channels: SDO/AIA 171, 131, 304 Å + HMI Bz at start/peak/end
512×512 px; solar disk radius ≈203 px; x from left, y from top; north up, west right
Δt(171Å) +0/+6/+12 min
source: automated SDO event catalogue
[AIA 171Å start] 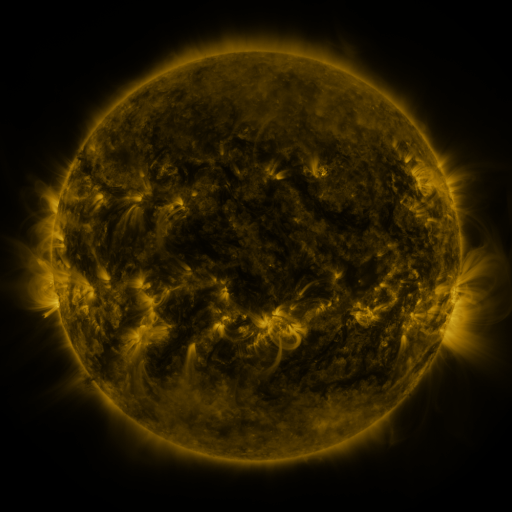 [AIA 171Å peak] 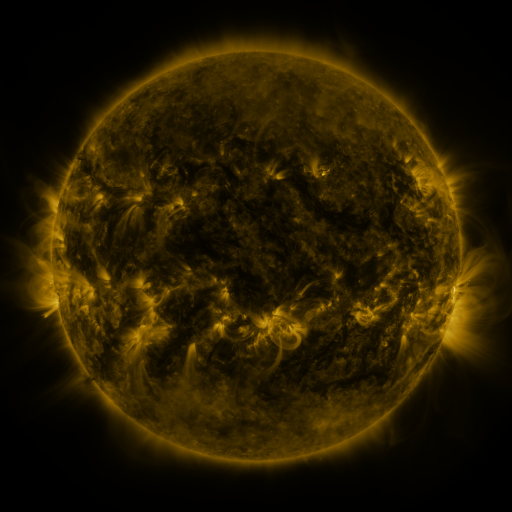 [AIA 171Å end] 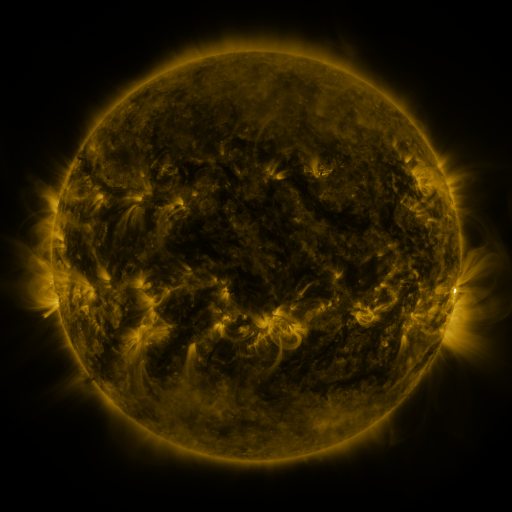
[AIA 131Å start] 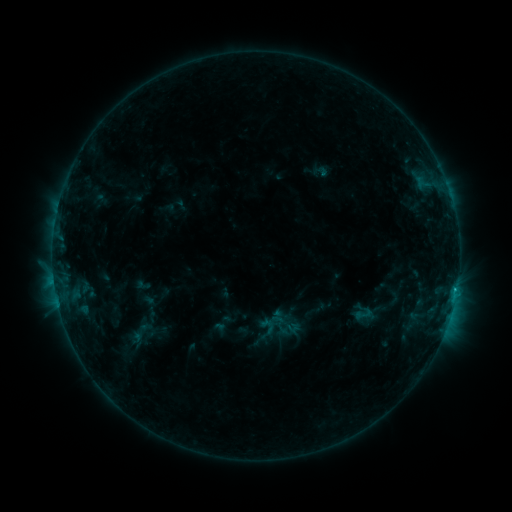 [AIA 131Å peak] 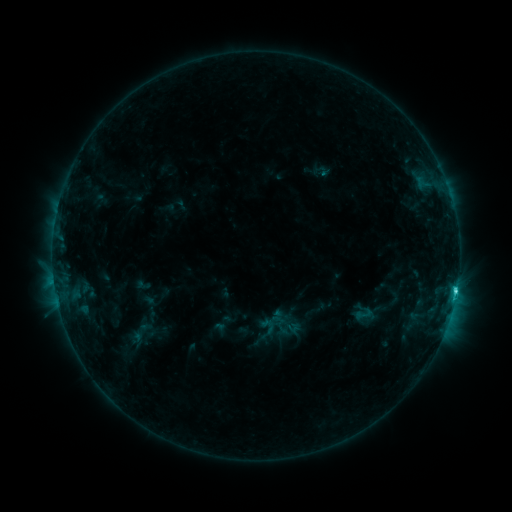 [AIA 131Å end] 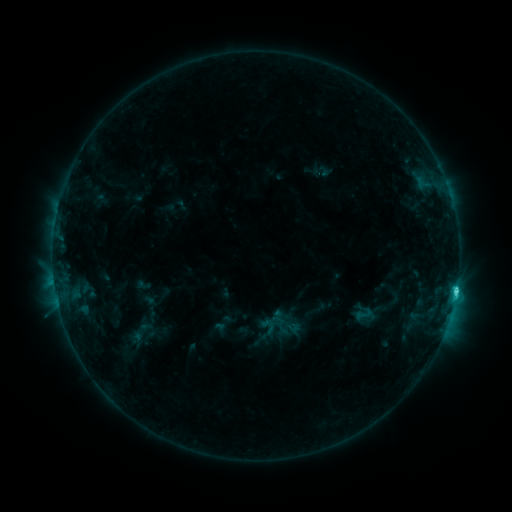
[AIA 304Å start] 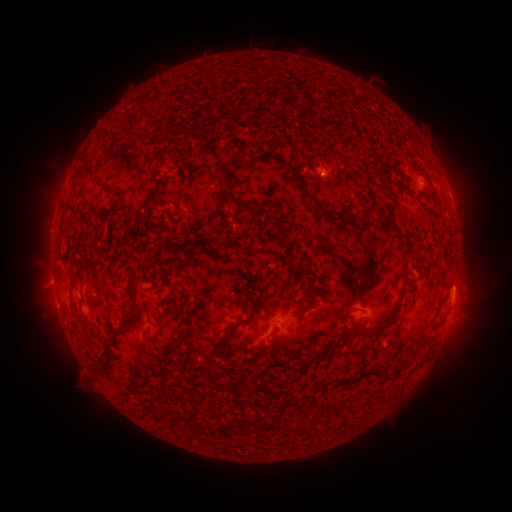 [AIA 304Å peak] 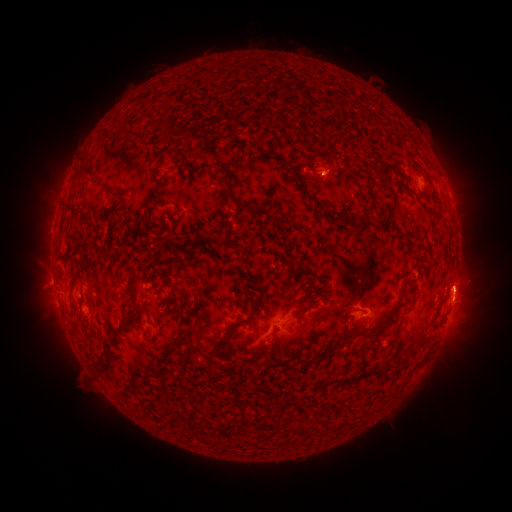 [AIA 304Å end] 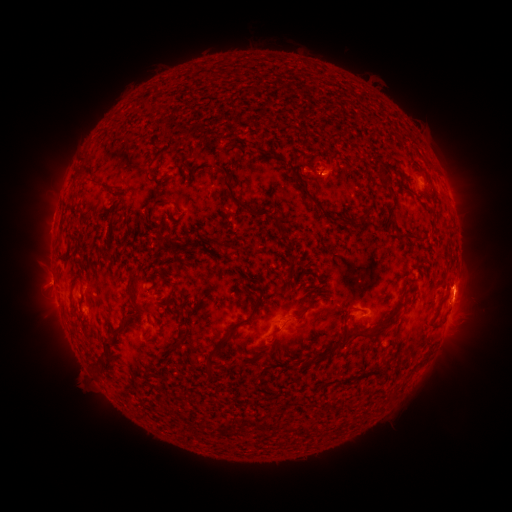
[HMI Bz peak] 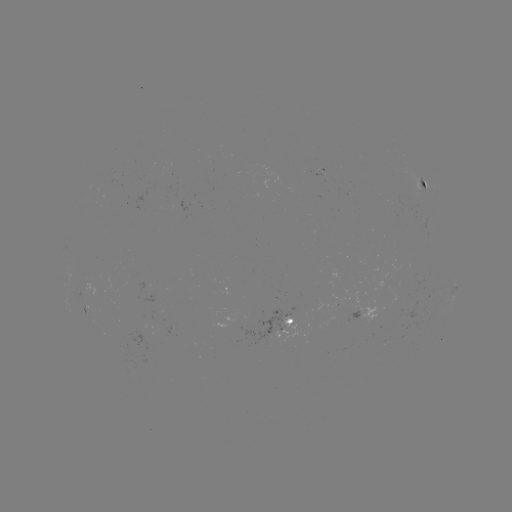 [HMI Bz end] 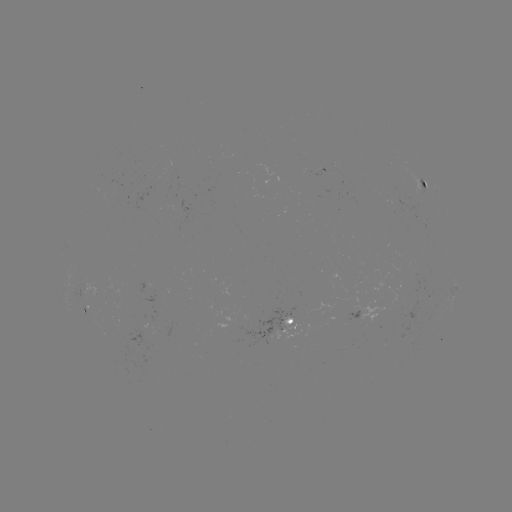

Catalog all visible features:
eruption: (481, 286)
